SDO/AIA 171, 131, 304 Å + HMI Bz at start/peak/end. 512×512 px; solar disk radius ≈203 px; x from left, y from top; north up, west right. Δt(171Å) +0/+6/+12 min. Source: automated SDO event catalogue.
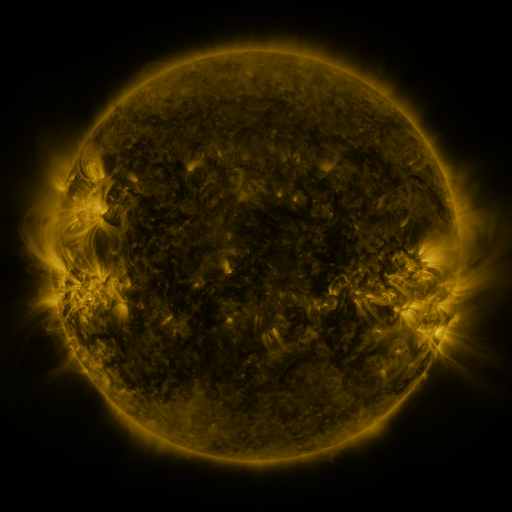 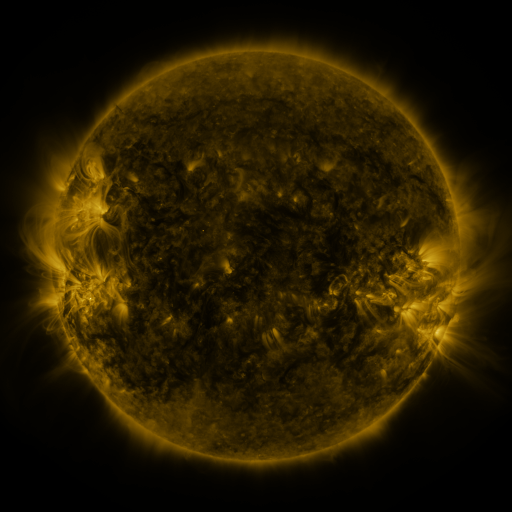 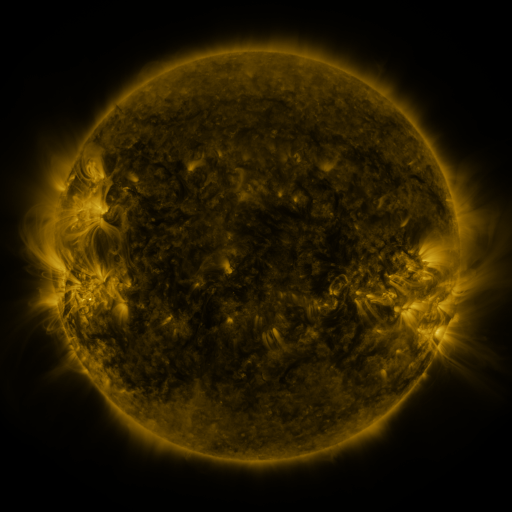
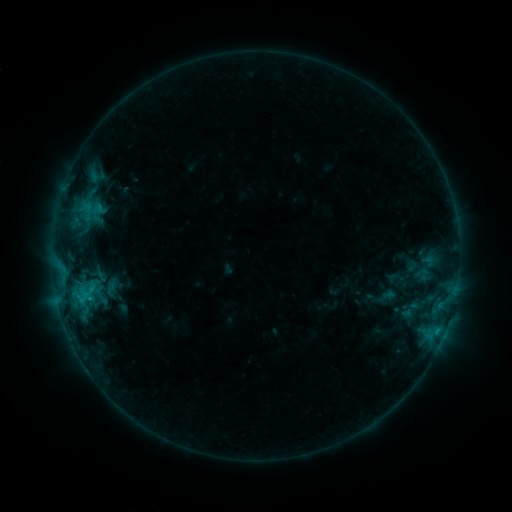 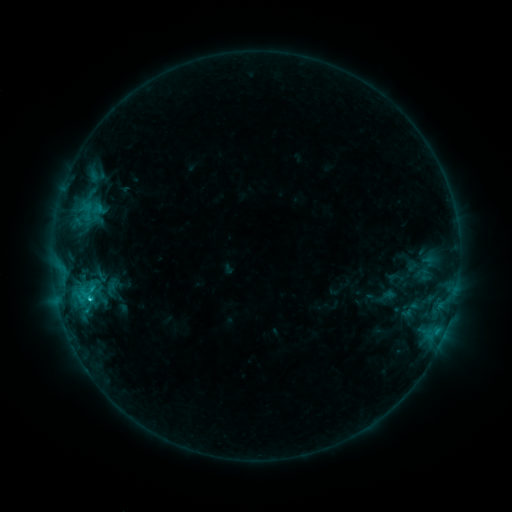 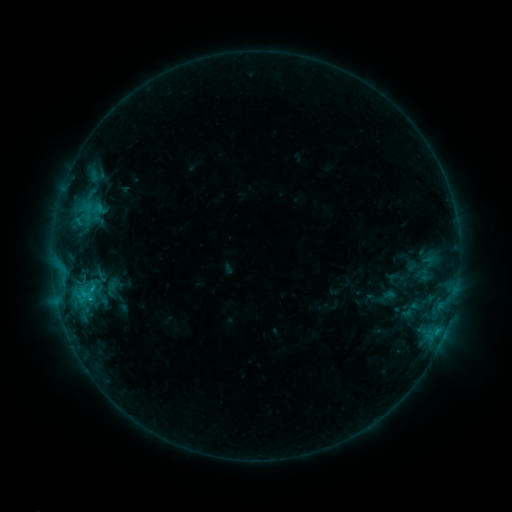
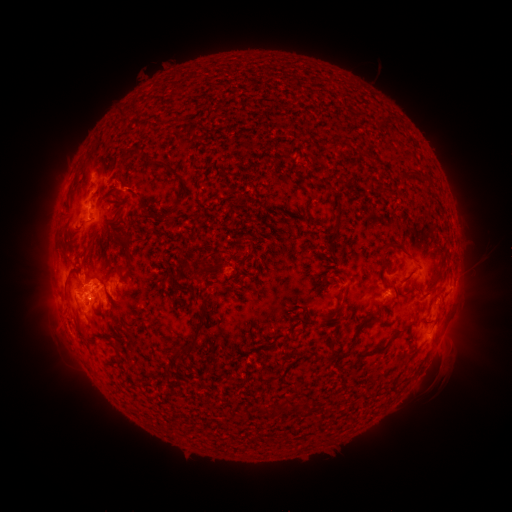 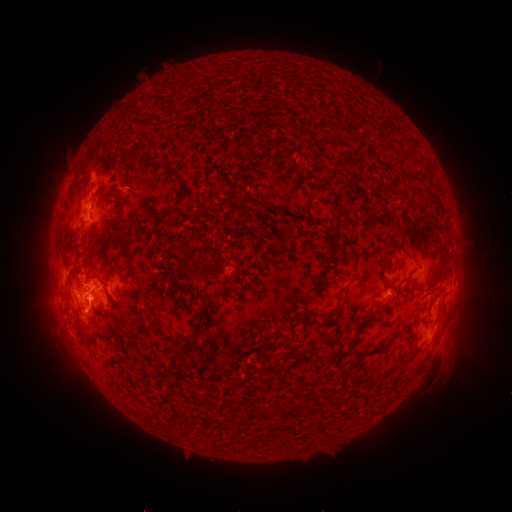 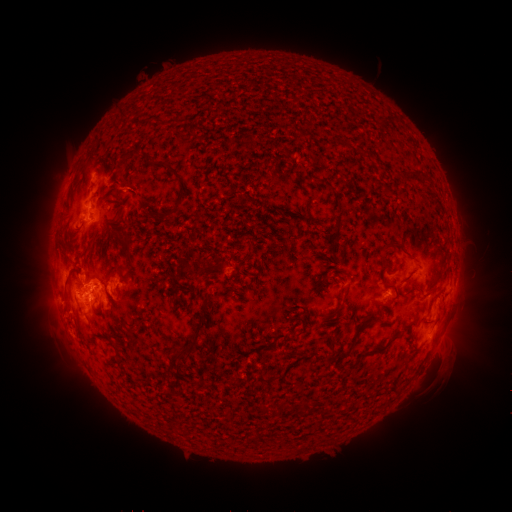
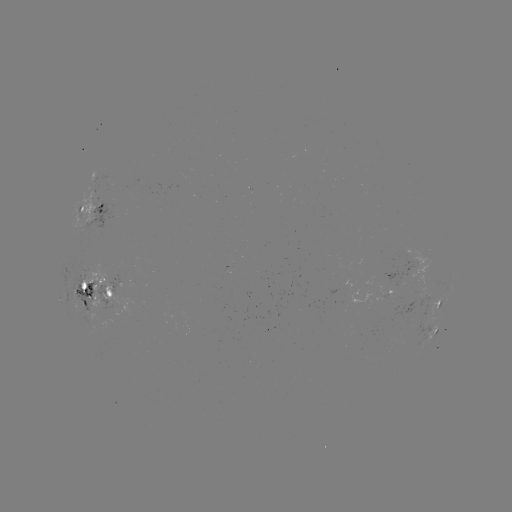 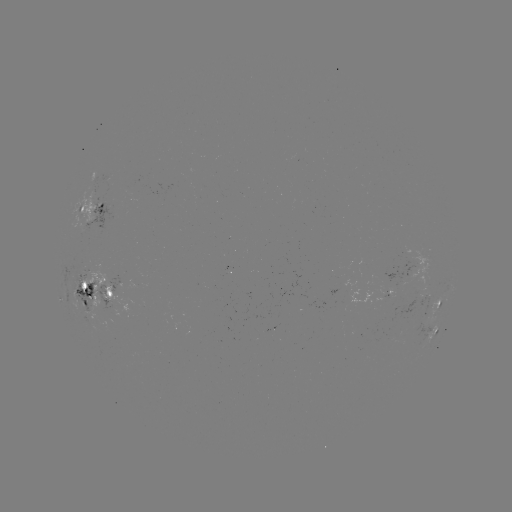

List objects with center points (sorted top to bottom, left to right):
C1.9 flare: (90, 297)
